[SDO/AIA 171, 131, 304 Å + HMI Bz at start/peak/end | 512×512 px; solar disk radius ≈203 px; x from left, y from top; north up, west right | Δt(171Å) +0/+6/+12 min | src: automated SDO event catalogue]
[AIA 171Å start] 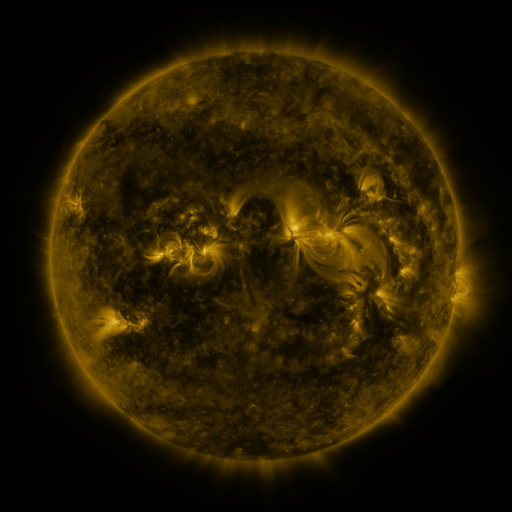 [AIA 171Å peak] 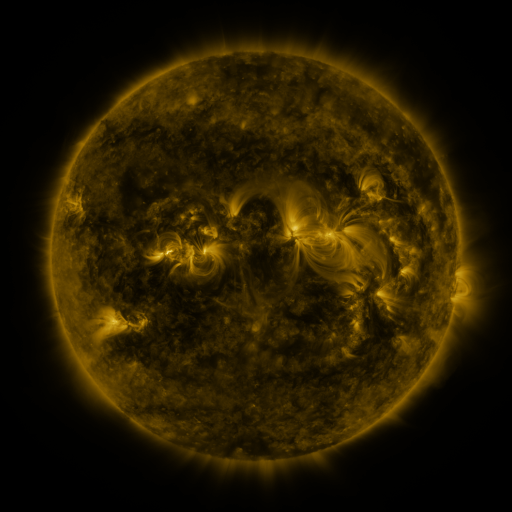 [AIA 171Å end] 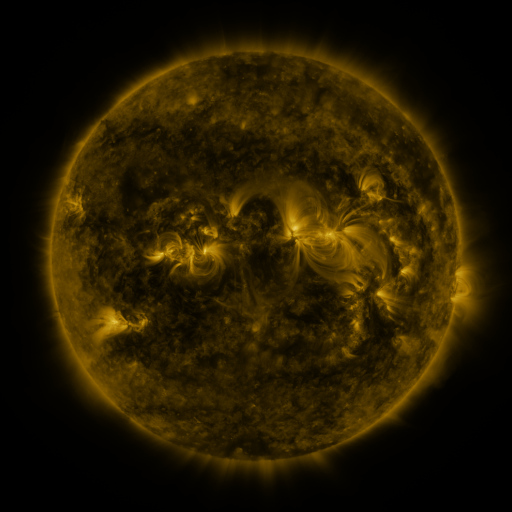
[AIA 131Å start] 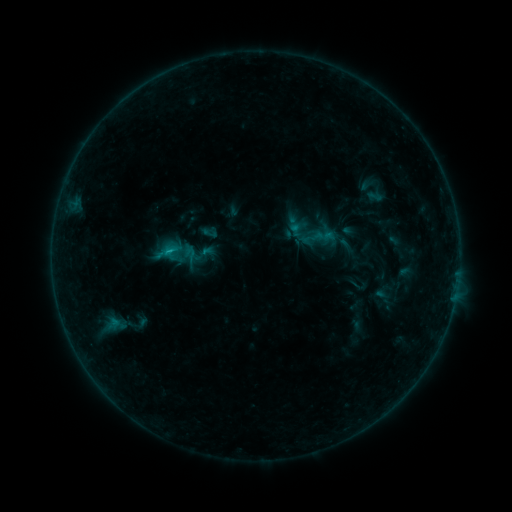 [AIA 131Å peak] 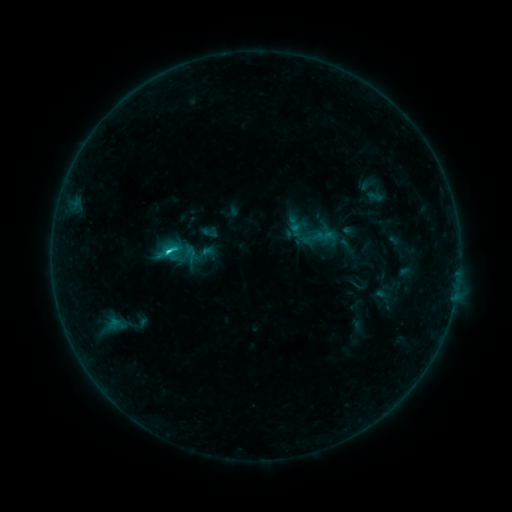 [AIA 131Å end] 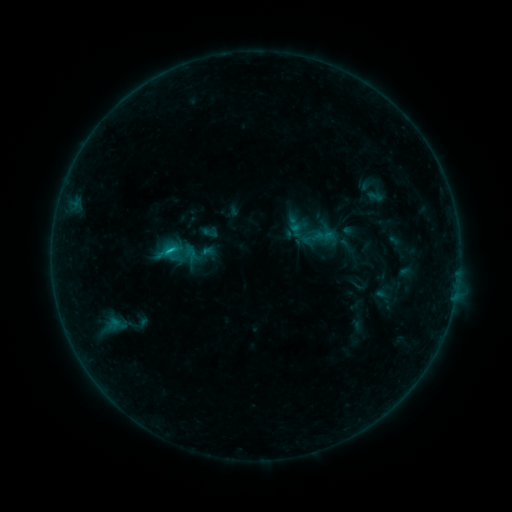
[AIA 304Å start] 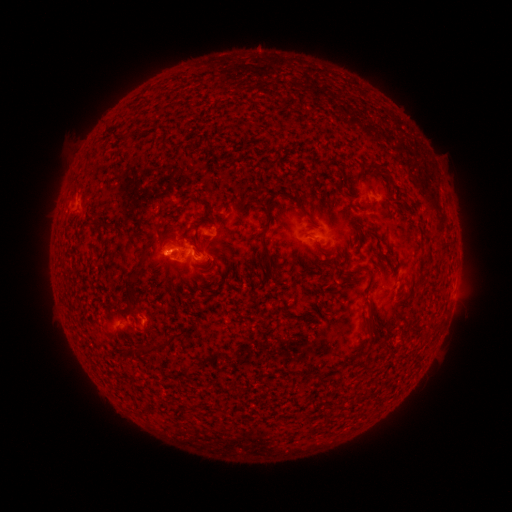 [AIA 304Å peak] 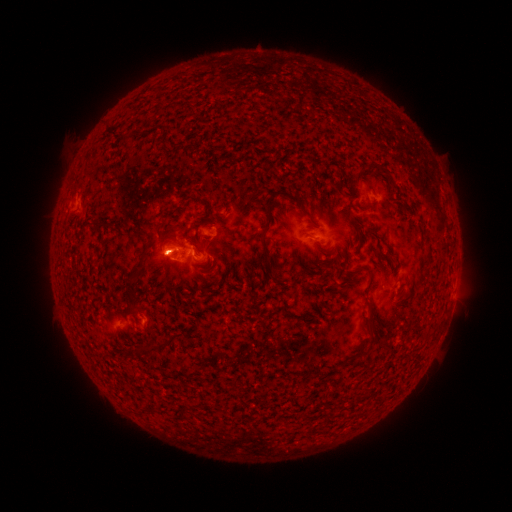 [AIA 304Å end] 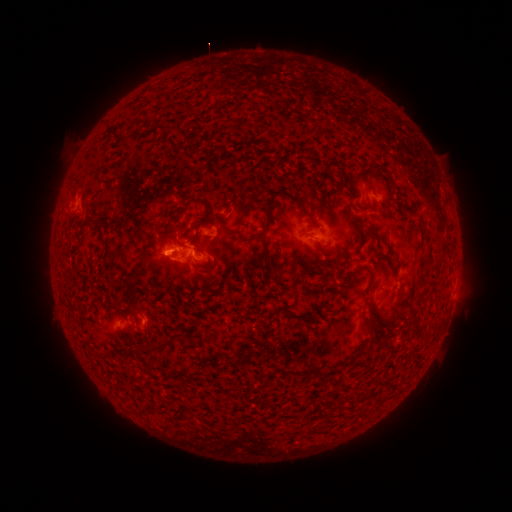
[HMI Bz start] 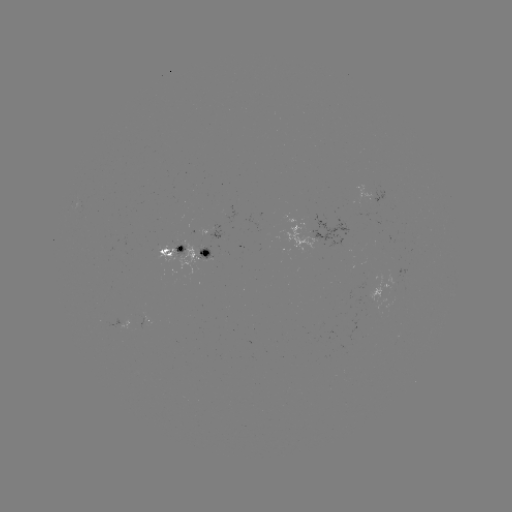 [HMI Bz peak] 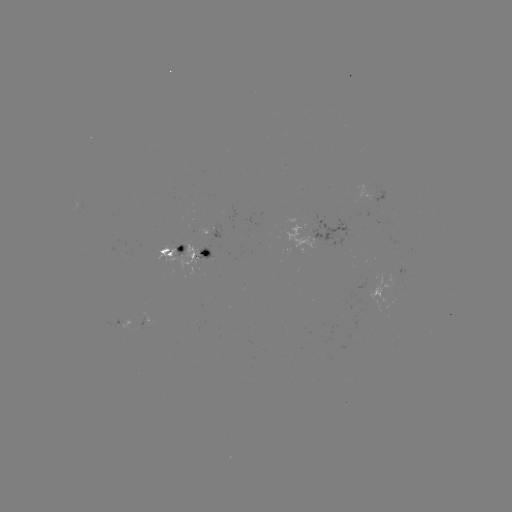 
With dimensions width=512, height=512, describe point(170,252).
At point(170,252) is C1.5 flare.